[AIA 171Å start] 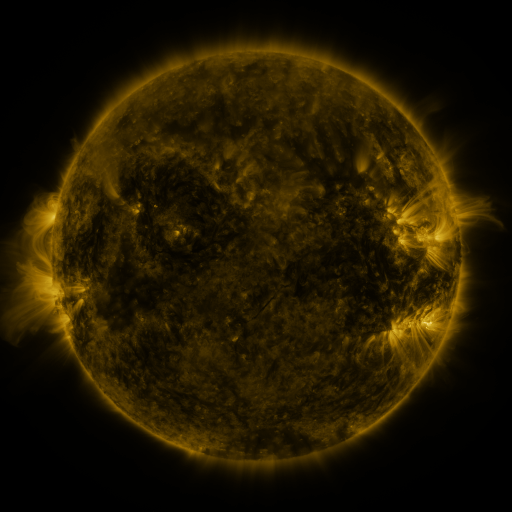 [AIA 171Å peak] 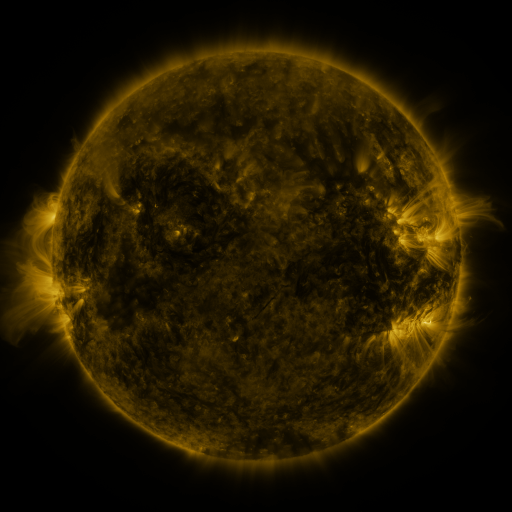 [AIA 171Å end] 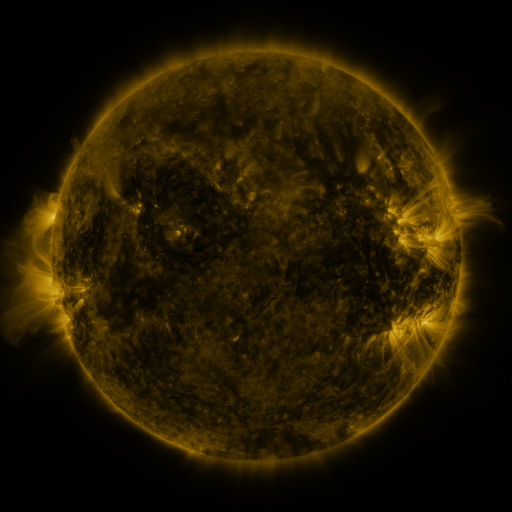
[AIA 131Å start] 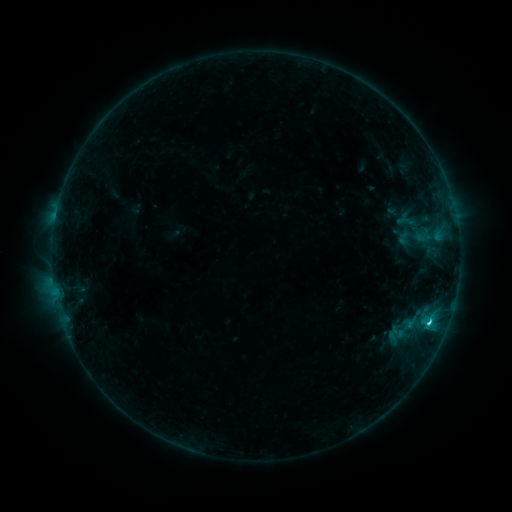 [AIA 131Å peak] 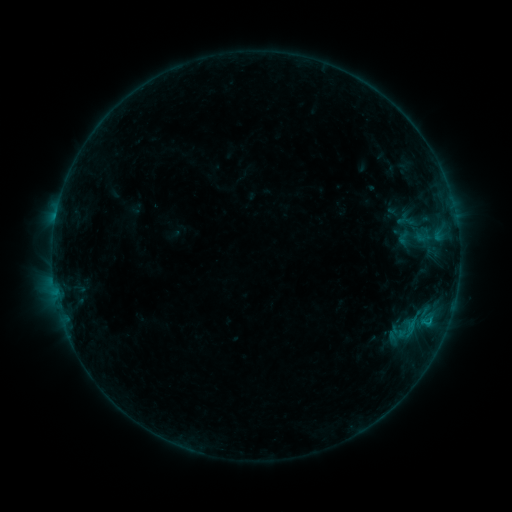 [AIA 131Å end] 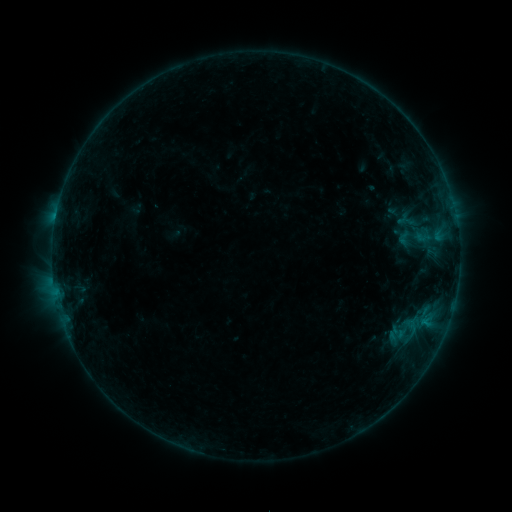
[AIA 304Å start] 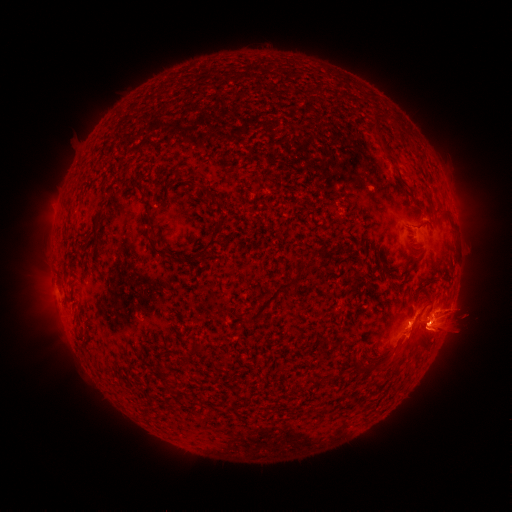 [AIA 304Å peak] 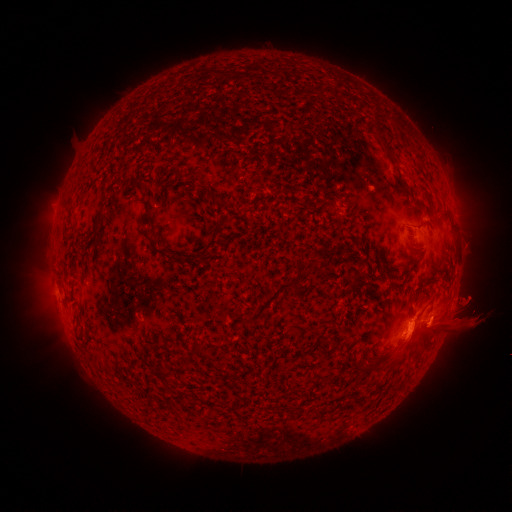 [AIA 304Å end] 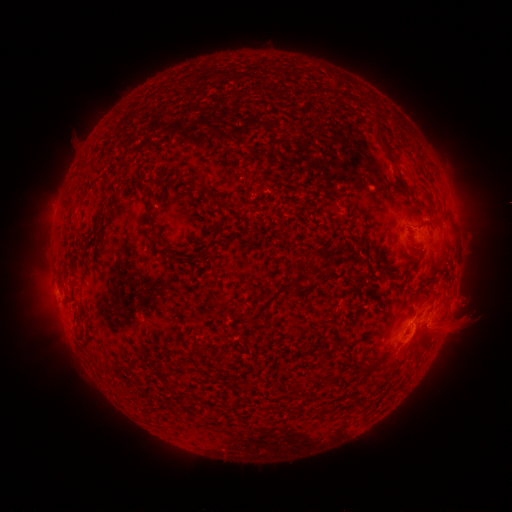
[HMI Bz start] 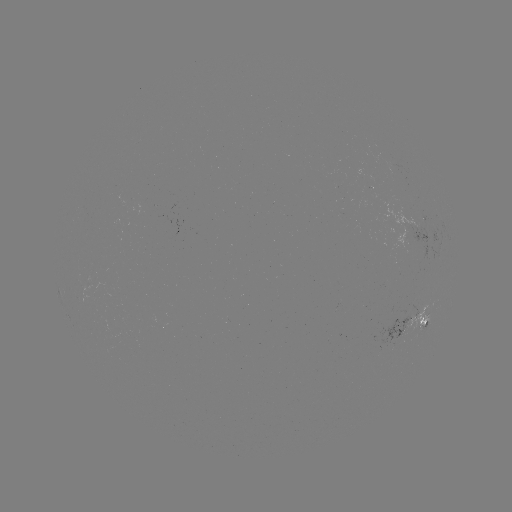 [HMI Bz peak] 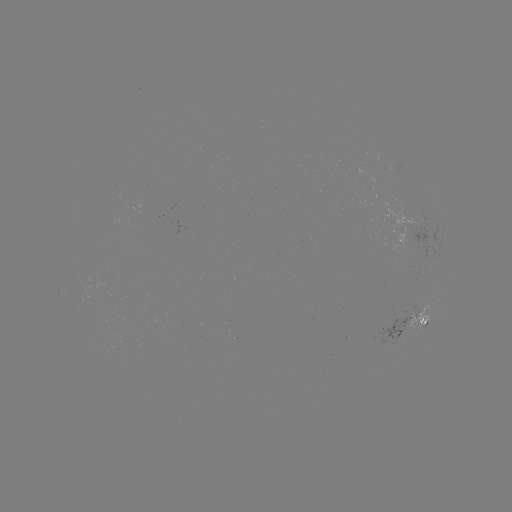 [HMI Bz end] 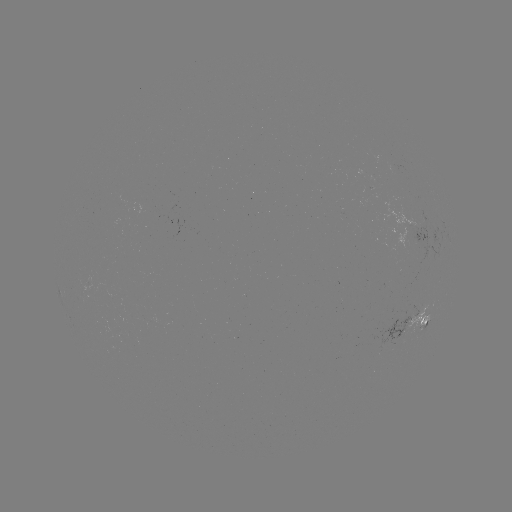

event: eruption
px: (411, 341)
